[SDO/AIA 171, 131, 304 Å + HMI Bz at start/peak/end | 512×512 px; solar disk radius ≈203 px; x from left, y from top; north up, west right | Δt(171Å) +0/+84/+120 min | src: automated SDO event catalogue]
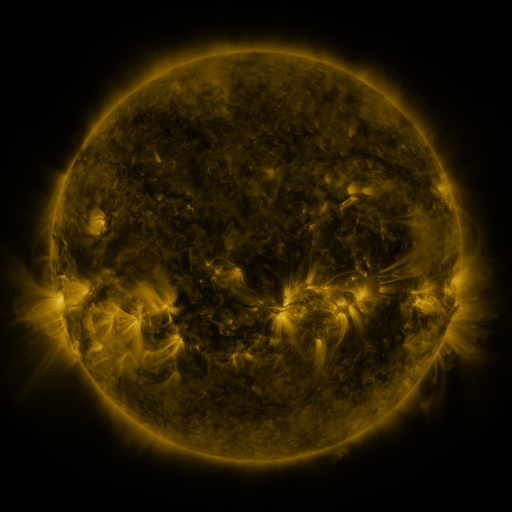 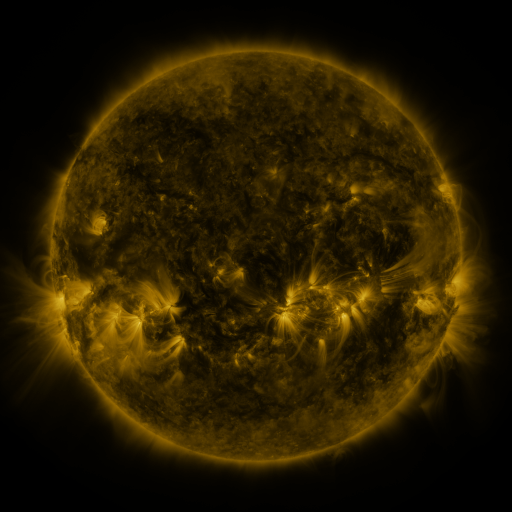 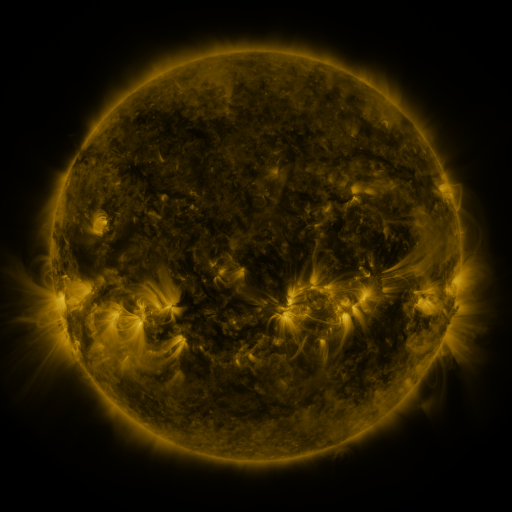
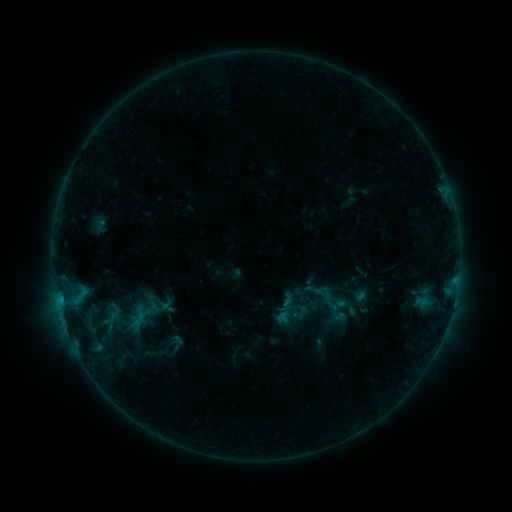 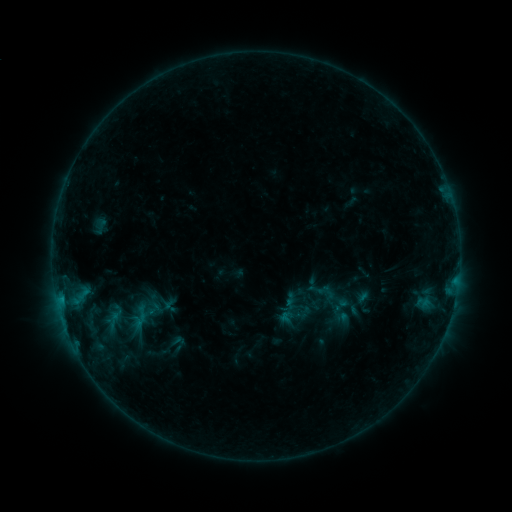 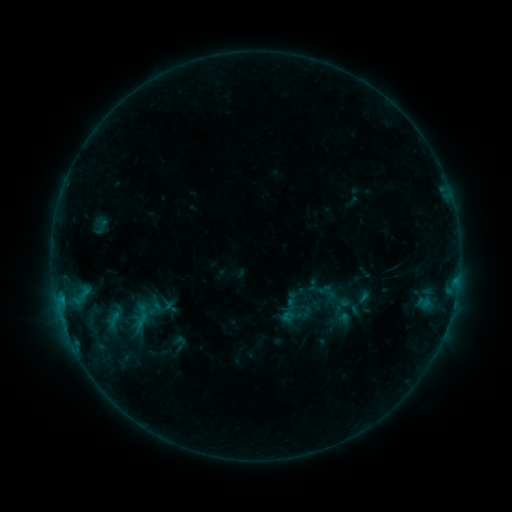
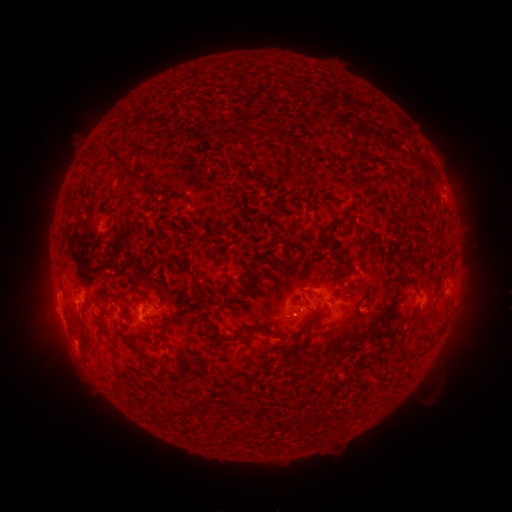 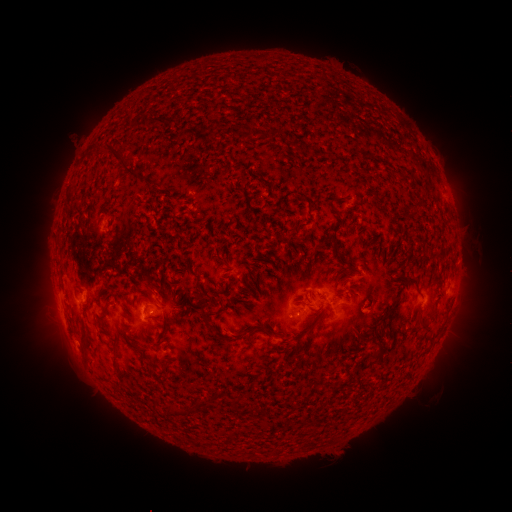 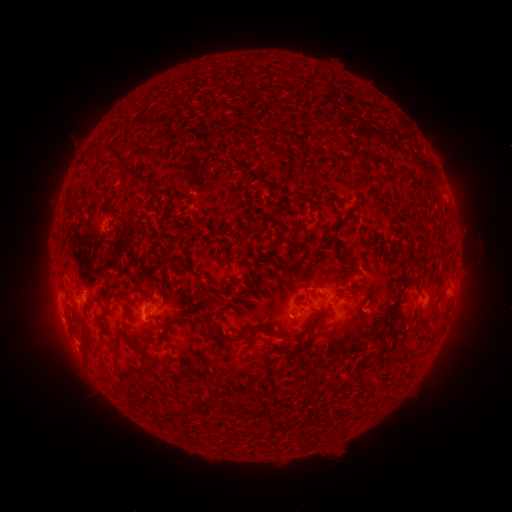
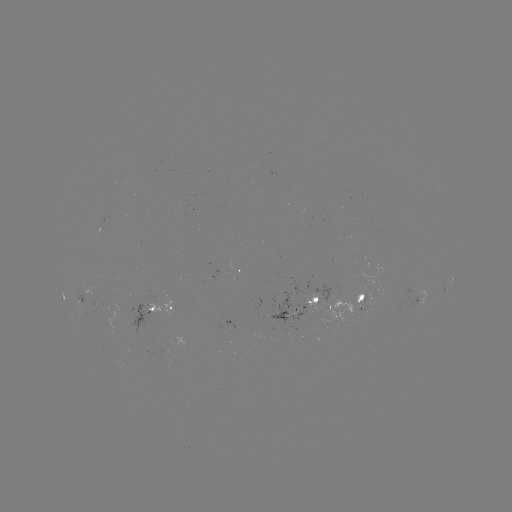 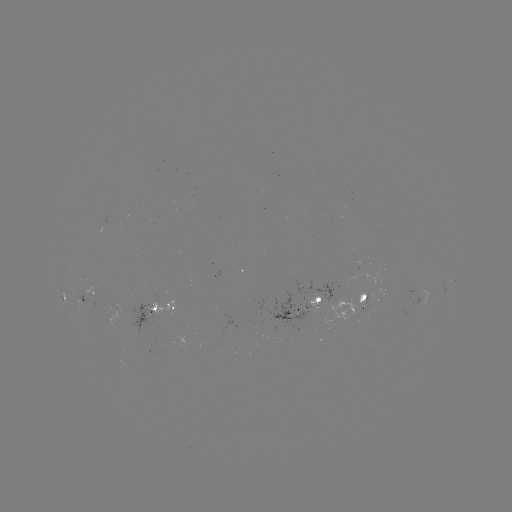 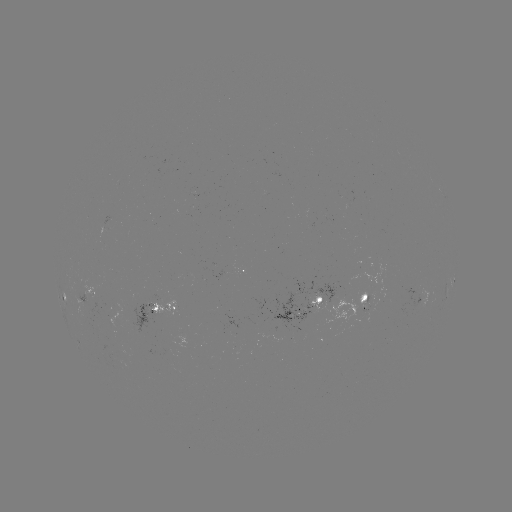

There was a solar emerging-flux region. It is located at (102, 308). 